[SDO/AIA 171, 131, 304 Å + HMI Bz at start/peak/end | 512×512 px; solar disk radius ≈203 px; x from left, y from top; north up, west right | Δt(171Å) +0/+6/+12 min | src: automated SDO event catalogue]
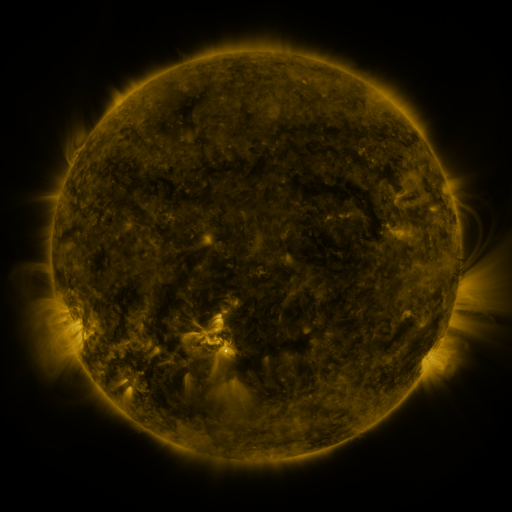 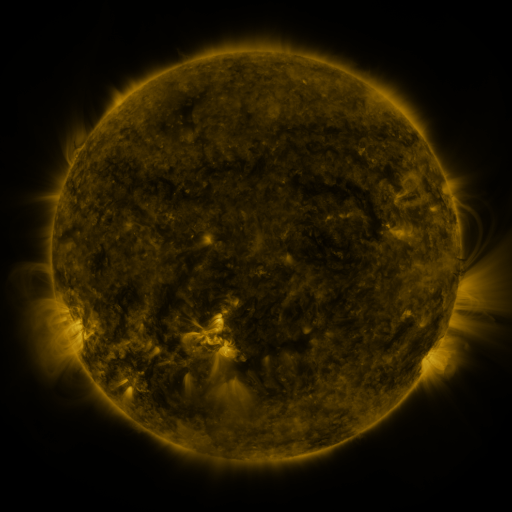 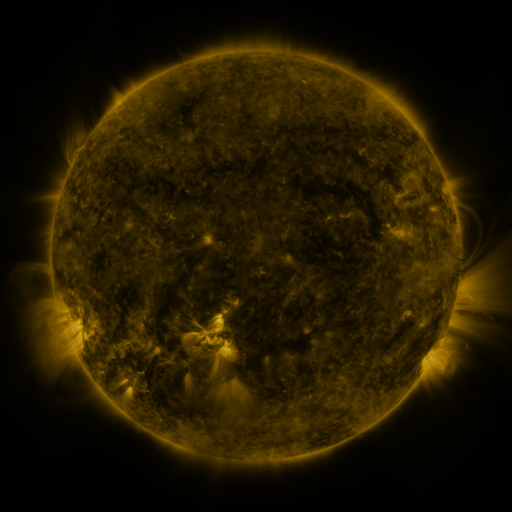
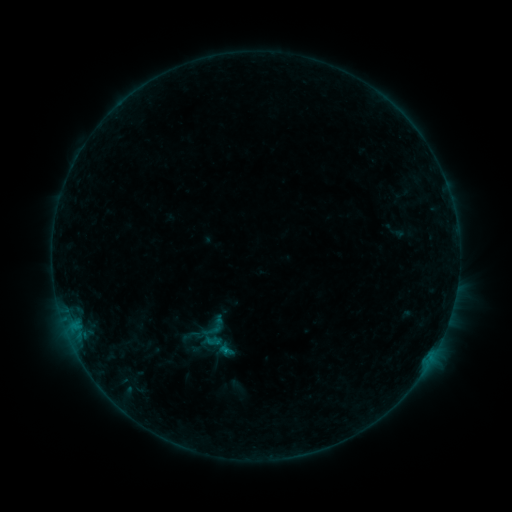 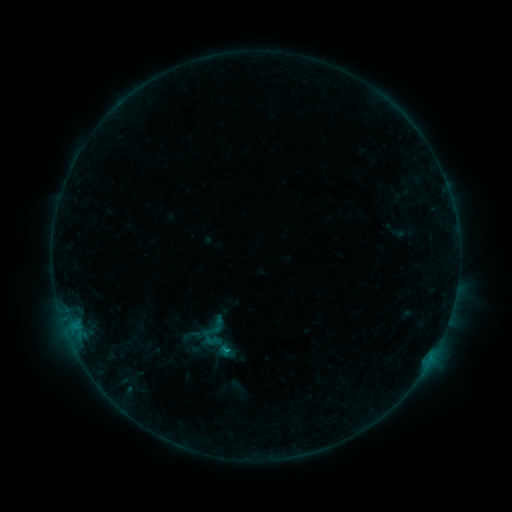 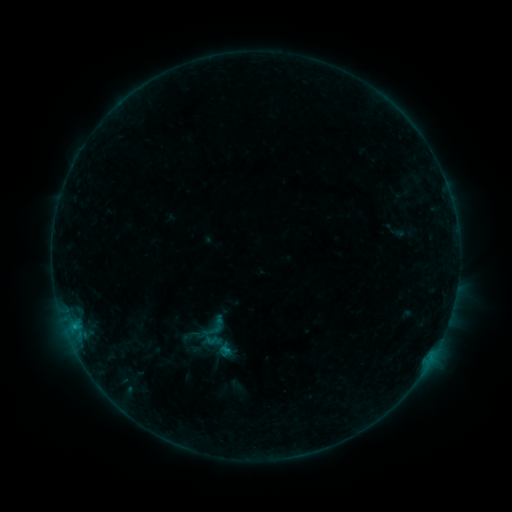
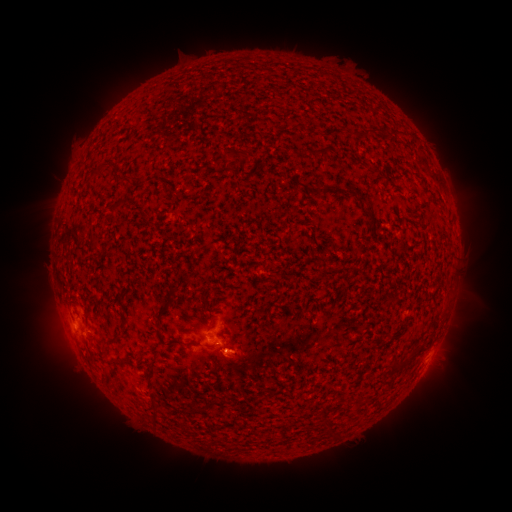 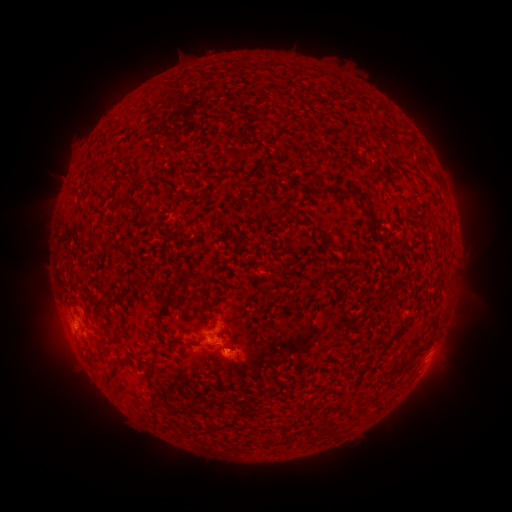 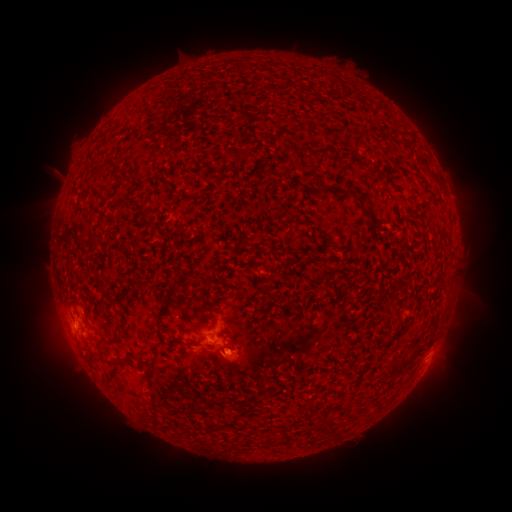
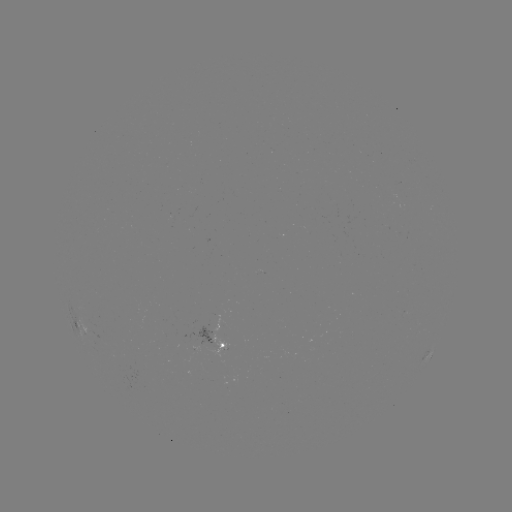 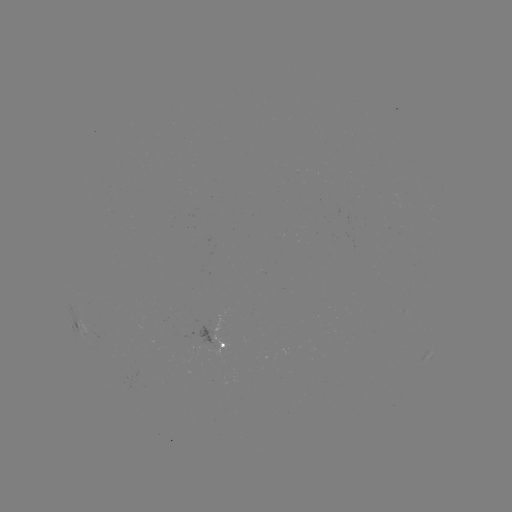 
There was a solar flare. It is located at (229, 348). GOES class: B4.2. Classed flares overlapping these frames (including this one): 1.